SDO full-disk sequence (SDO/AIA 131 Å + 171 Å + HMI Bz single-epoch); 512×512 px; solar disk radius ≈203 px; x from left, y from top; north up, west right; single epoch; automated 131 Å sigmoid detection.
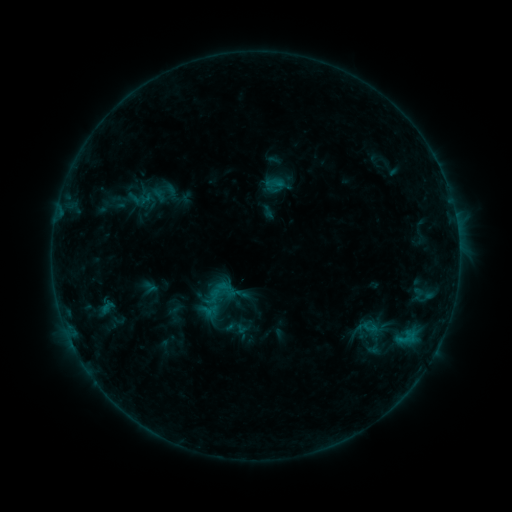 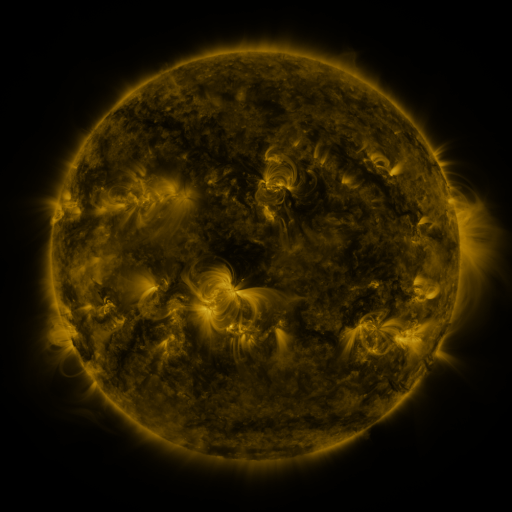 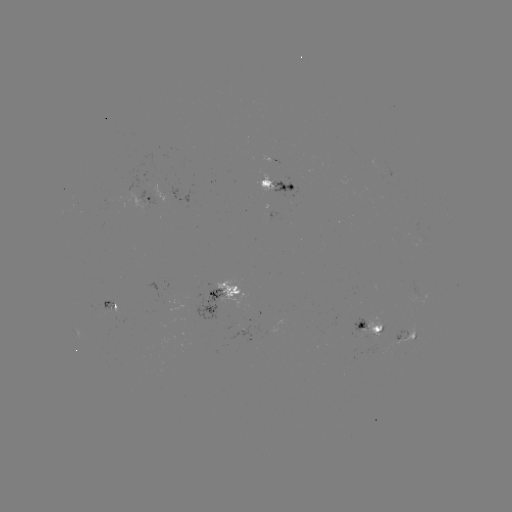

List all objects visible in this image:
sigmoid: (361, 318, 378, 337)
